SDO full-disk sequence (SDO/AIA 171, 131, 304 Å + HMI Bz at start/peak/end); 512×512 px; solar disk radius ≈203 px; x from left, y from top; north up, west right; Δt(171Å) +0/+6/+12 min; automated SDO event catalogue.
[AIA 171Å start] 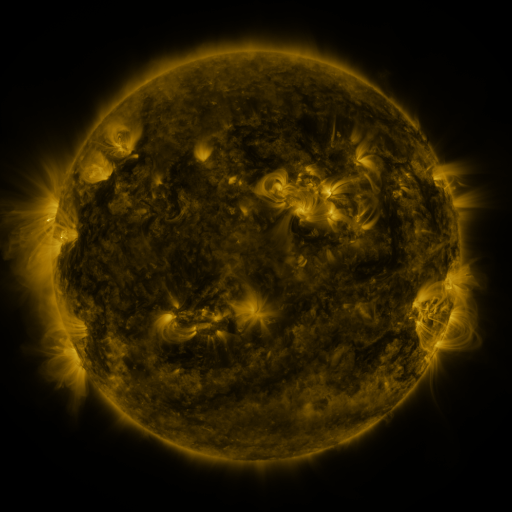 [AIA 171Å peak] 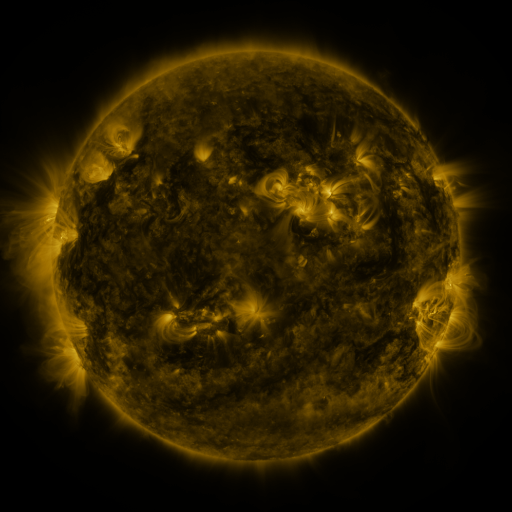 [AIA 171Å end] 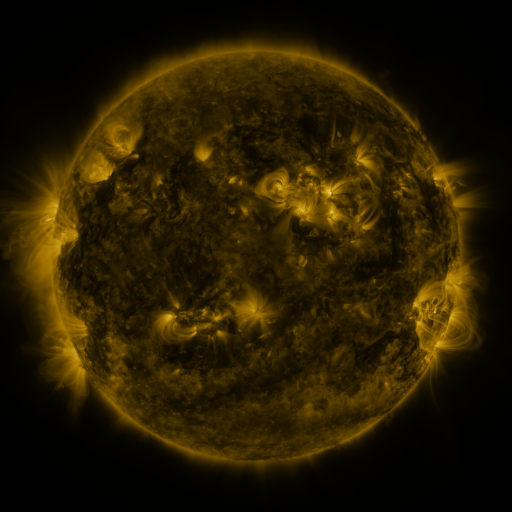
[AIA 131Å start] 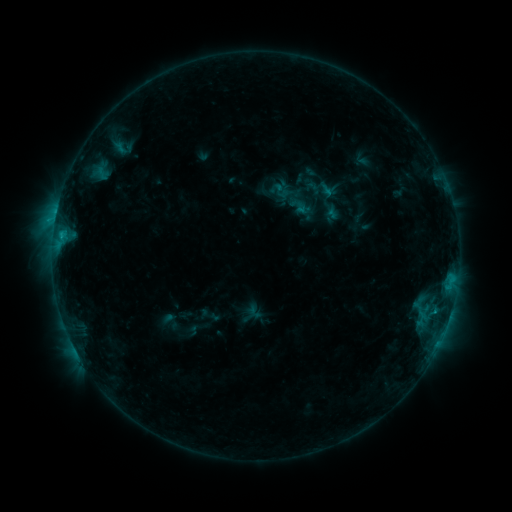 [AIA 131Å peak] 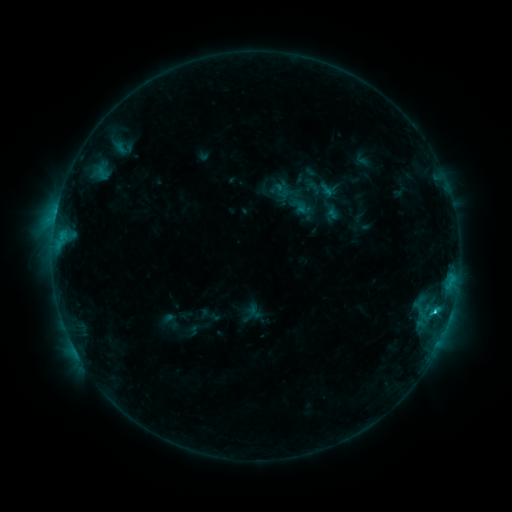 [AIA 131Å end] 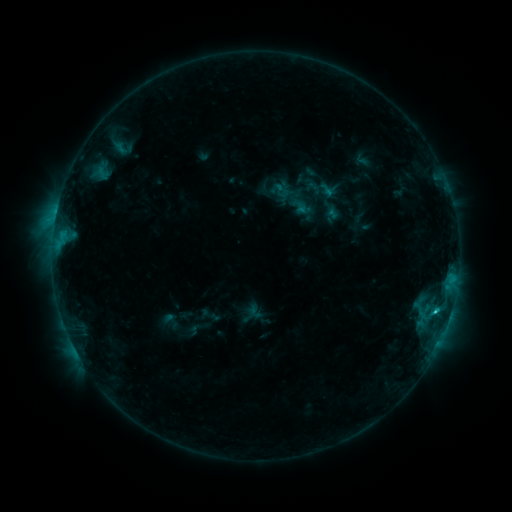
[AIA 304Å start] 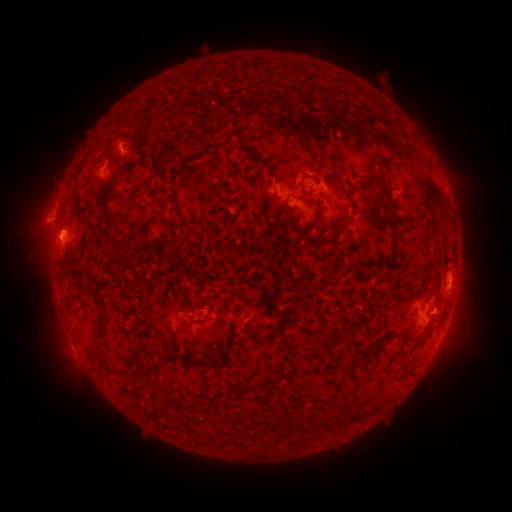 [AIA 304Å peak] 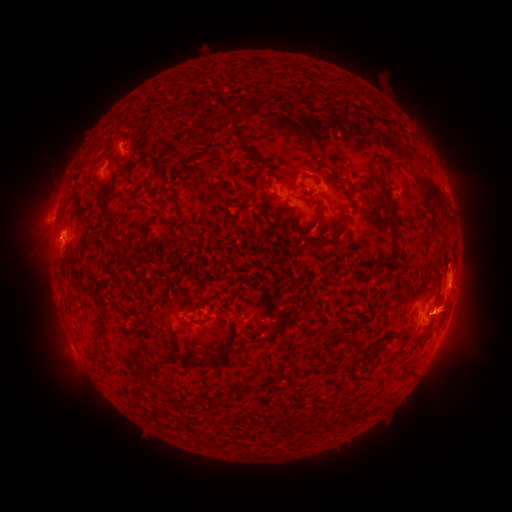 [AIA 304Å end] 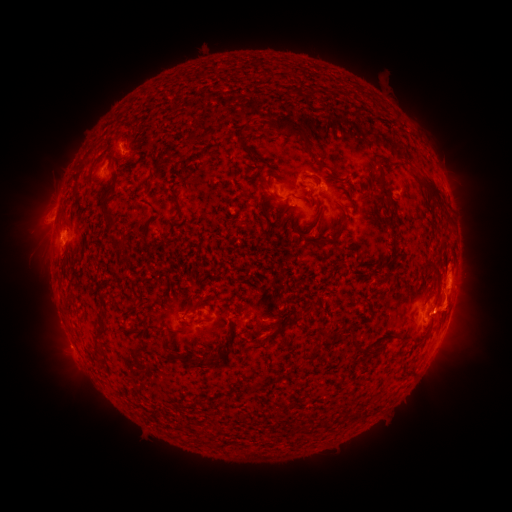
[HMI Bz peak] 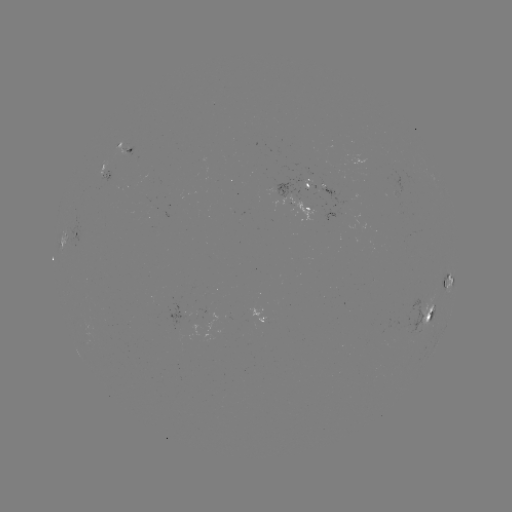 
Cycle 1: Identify C2.1 flare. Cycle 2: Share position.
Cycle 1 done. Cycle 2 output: (433, 310).